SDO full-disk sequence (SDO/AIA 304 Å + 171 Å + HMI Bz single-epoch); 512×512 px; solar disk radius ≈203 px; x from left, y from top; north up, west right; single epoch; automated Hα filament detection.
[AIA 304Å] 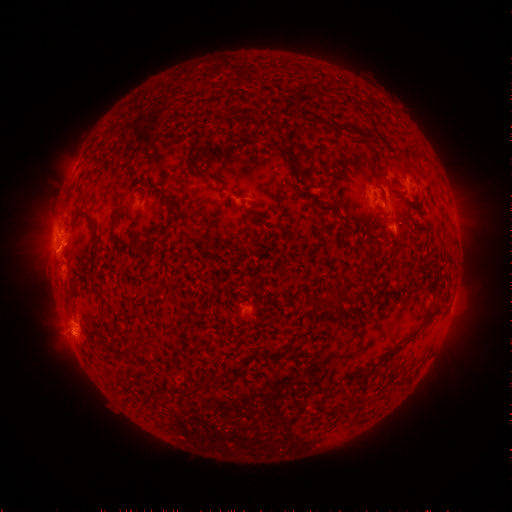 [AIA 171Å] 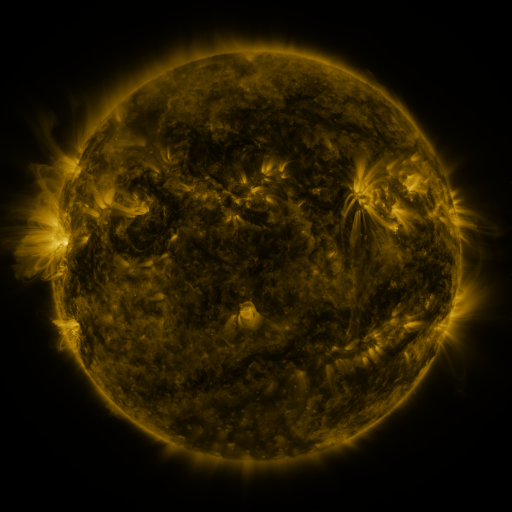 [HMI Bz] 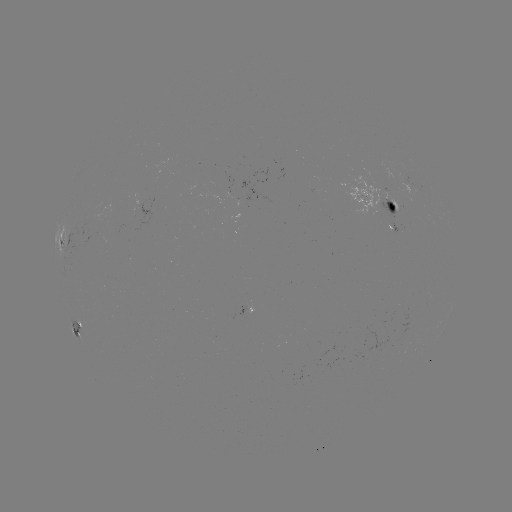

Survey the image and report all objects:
filament: (305, 93)
filament: (339, 128)
filament: (209, 176)
filament: (317, 204)
filament: (170, 213)
filament: (114, 235)
filament: (96, 238)
filament: (214, 294)
filament: (345, 299)
filament: (298, 348)
filament: (191, 390)
